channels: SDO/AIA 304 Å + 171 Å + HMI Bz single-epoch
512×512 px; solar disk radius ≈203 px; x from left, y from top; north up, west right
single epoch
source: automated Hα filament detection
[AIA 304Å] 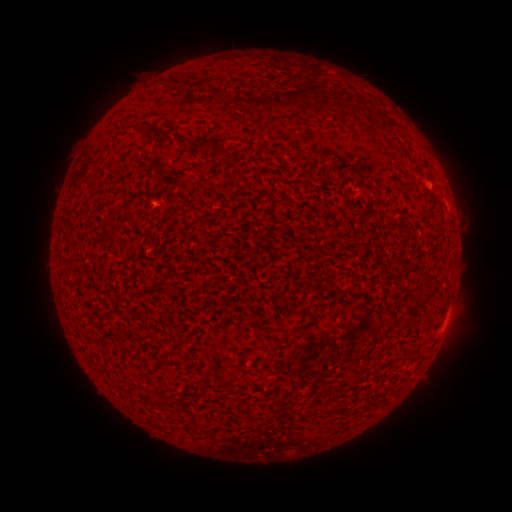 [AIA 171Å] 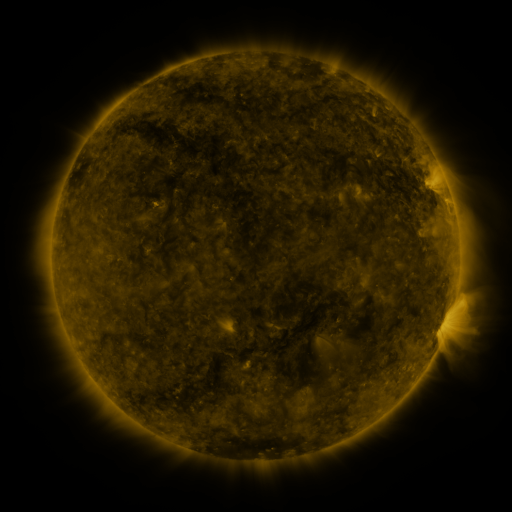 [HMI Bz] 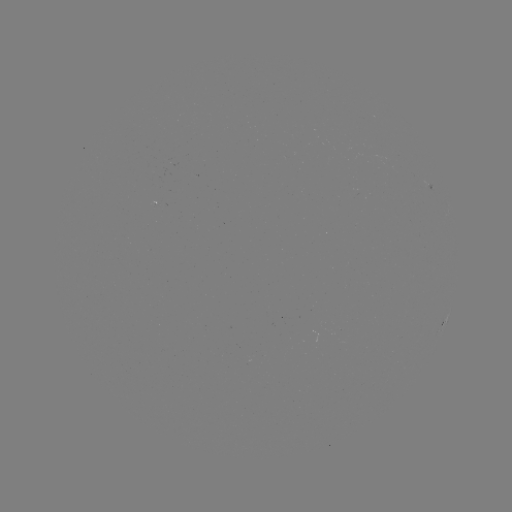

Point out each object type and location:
filament: (204, 83)
filament: (295, 96)
filament: (236, 101)
filament: (258, 104)
filament: (183, 137)
filament: (205, 143)
filament: (223, 151)
filament: (240, 178)
filament: (403, 188)
filament: (424, 297)
filament: (152, 398)
